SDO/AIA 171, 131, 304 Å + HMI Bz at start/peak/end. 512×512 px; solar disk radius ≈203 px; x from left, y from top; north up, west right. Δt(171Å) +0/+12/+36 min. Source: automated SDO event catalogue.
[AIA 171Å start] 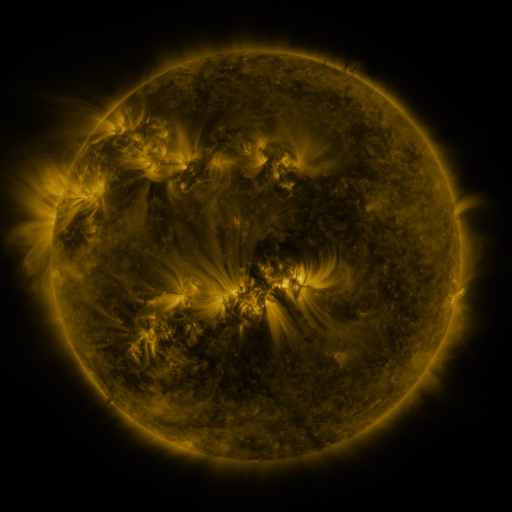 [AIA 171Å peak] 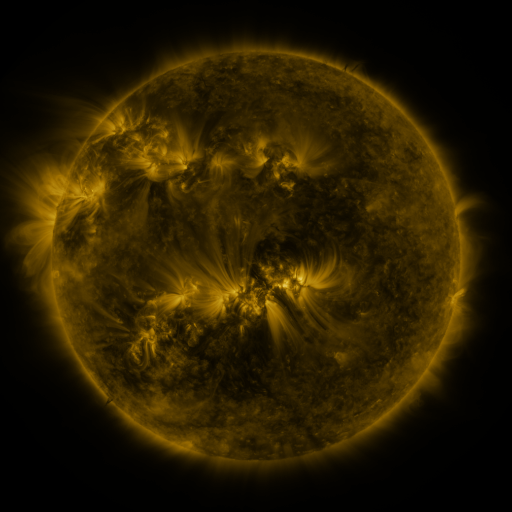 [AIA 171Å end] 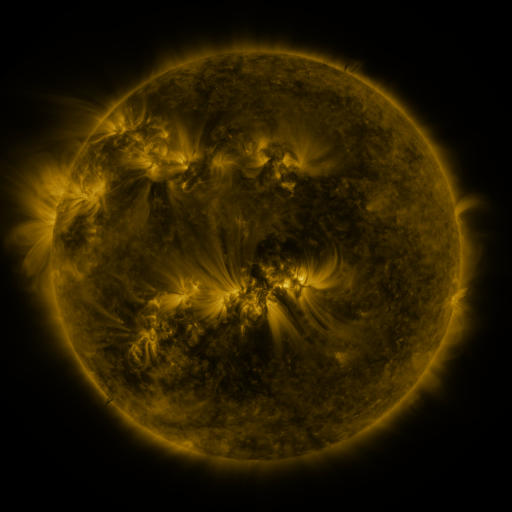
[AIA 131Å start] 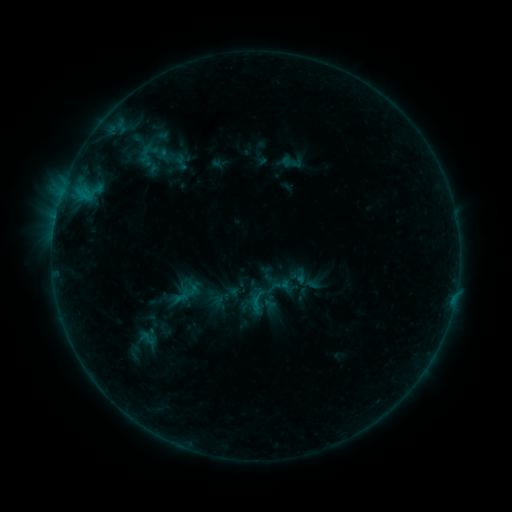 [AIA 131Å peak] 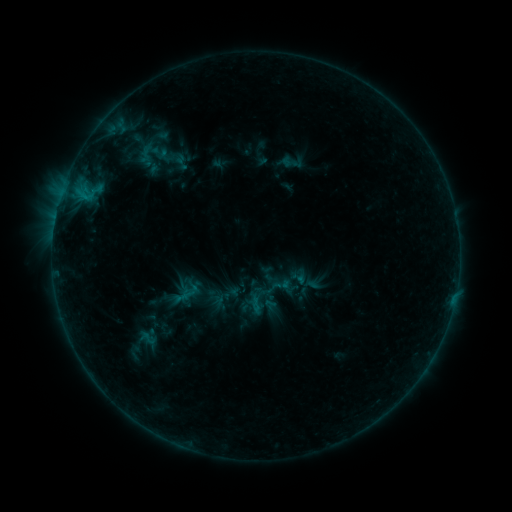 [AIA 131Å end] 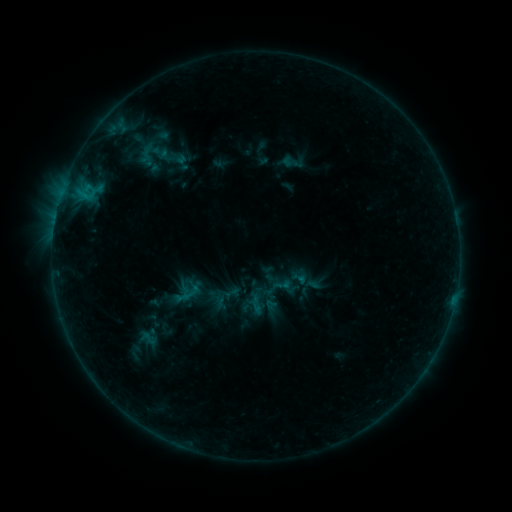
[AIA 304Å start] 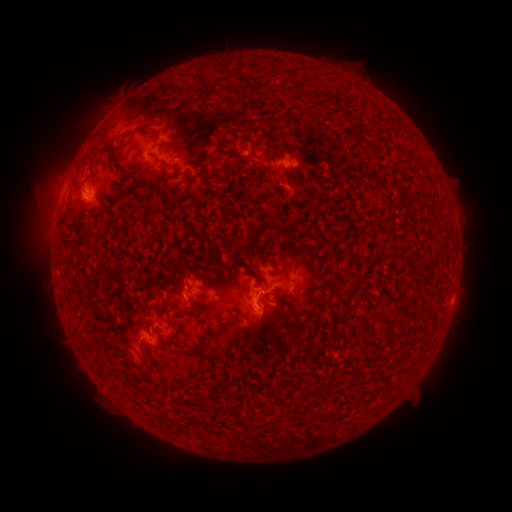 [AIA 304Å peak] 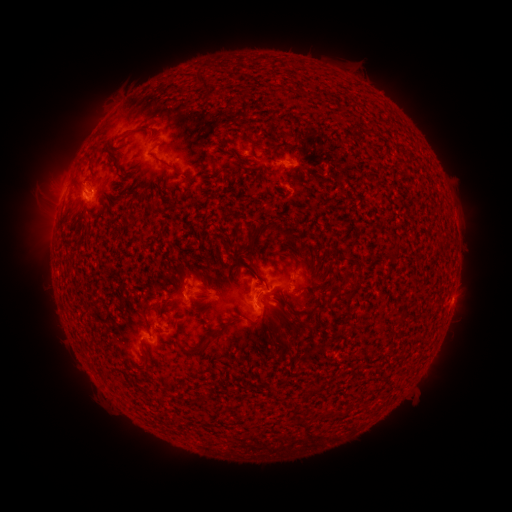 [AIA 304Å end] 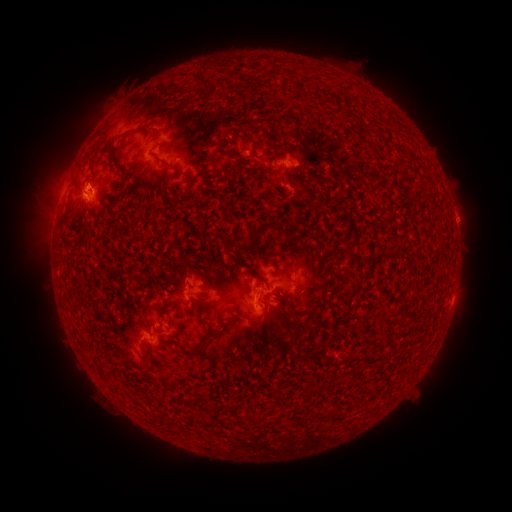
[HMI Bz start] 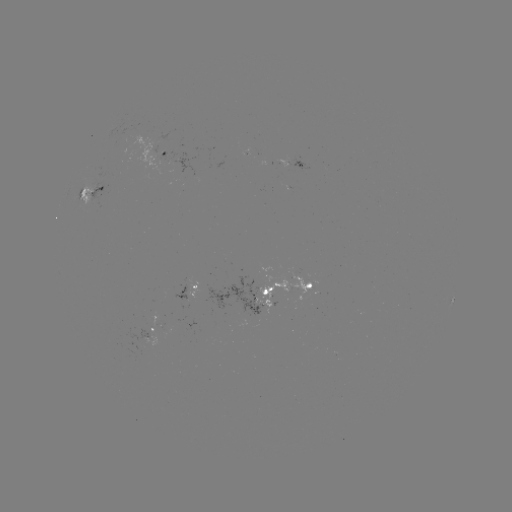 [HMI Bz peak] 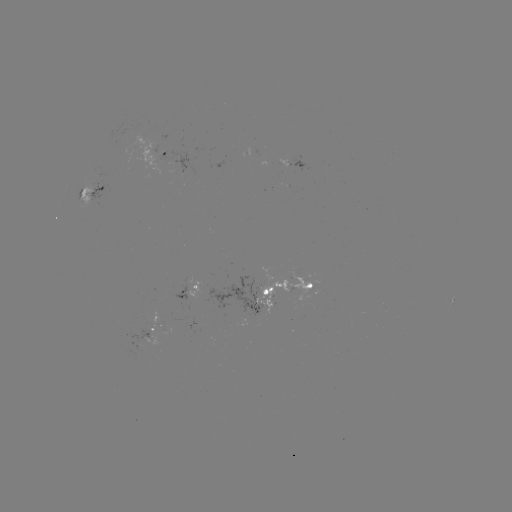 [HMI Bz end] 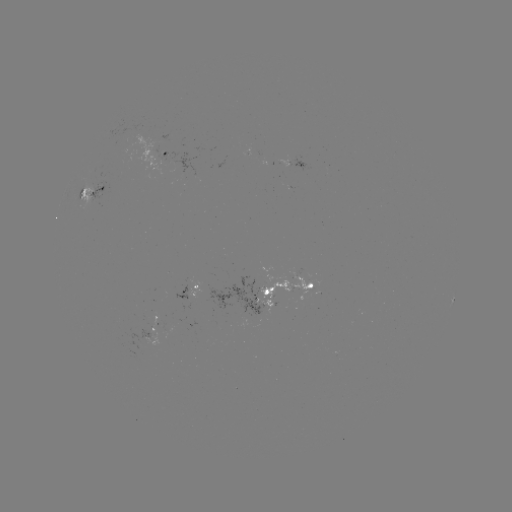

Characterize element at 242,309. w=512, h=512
emerging-flux region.